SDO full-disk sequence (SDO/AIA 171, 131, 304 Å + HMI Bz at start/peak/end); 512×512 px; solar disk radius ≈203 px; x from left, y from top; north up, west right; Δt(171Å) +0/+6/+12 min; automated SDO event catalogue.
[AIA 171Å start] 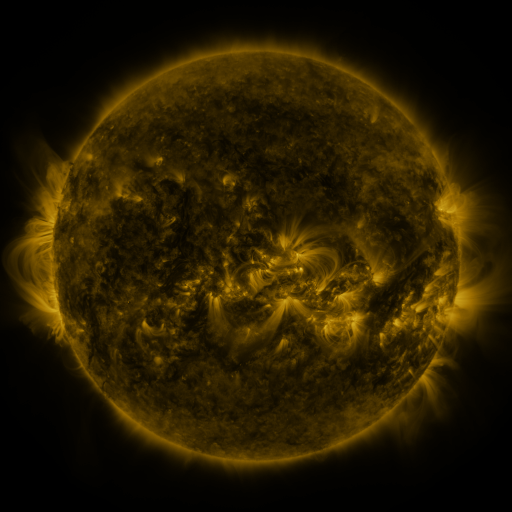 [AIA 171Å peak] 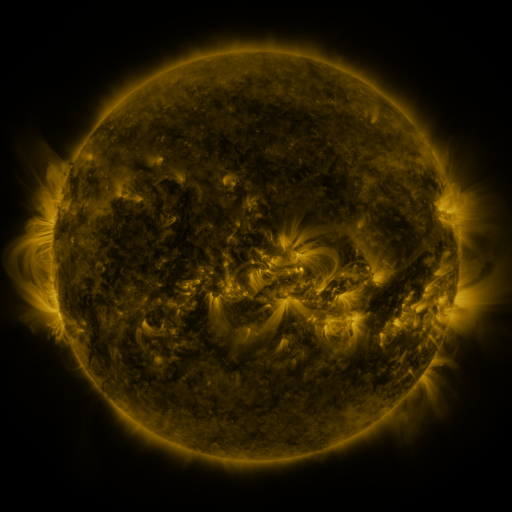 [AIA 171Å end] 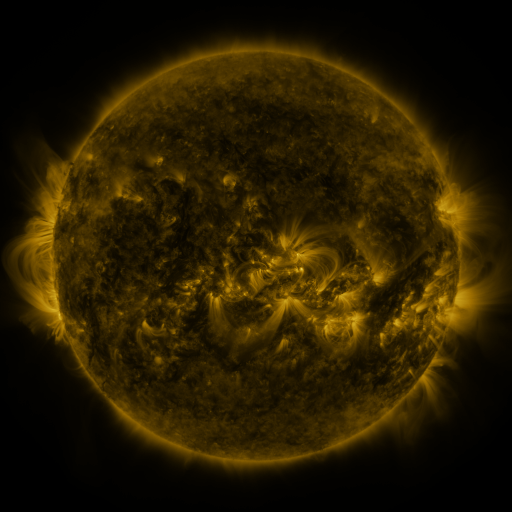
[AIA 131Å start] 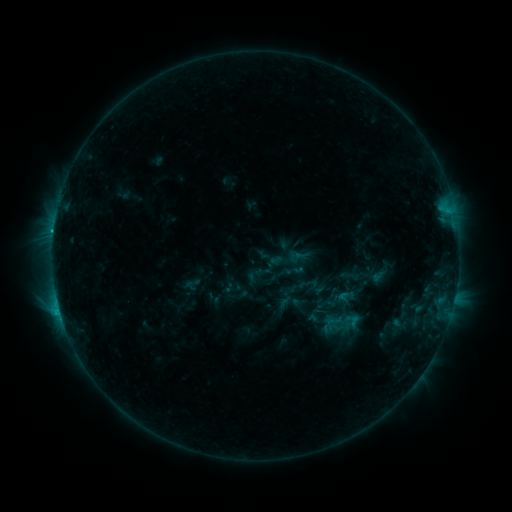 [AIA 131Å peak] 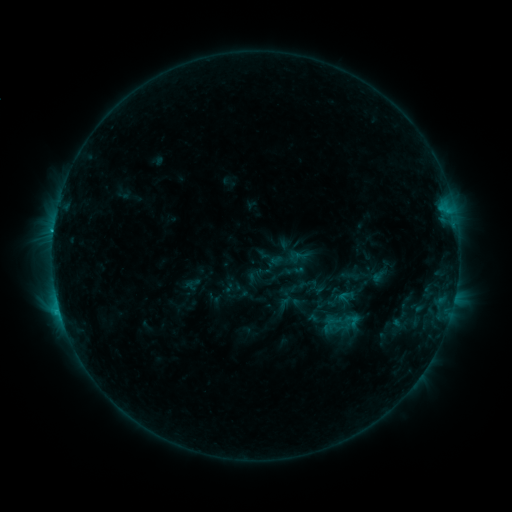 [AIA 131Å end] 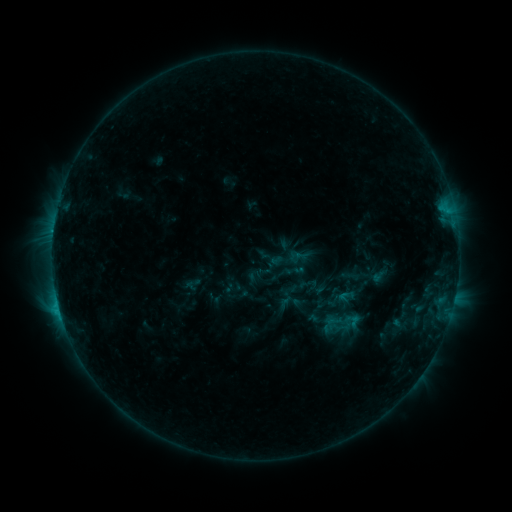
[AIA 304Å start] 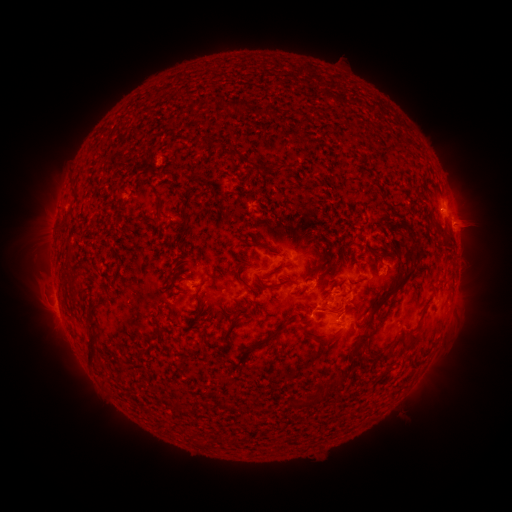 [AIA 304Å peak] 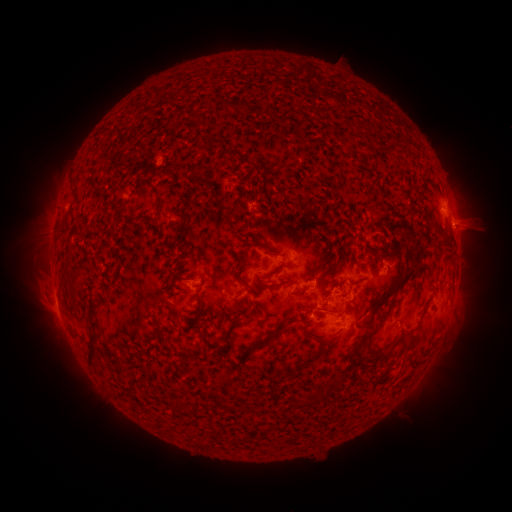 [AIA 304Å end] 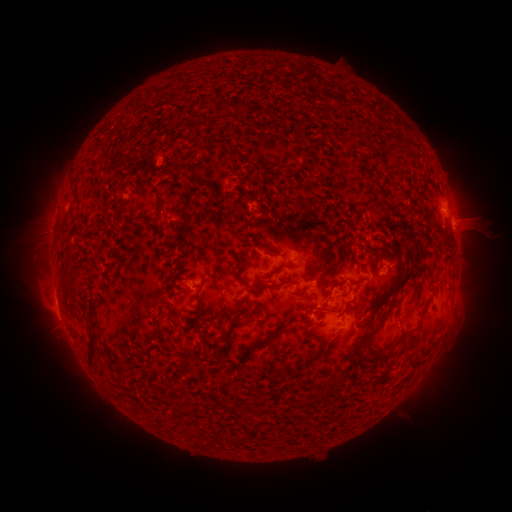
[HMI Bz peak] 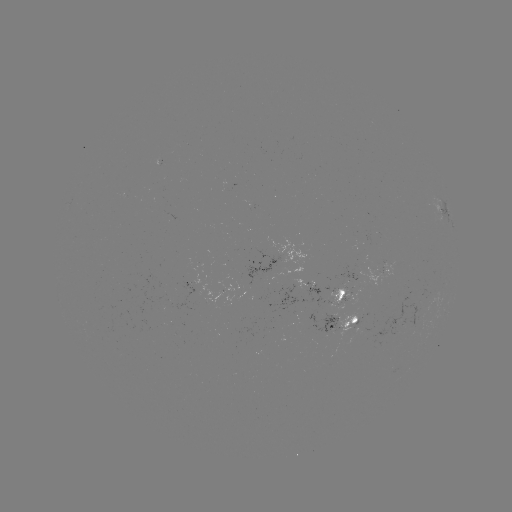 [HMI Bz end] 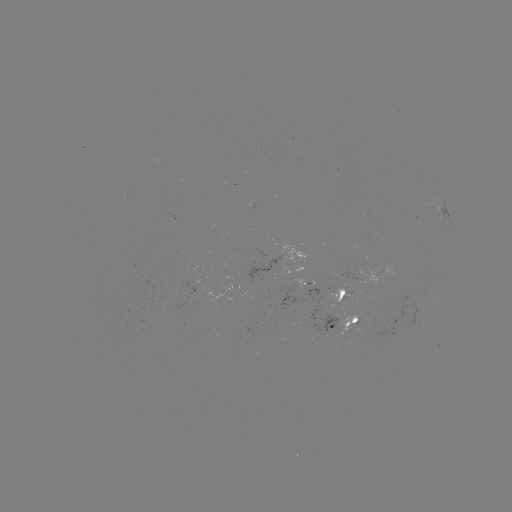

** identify eruption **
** (482, 229) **